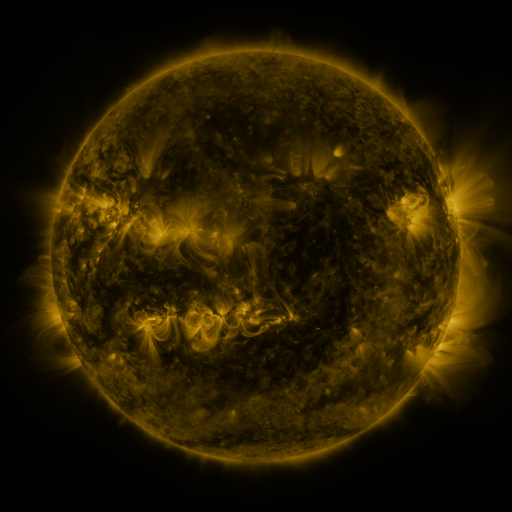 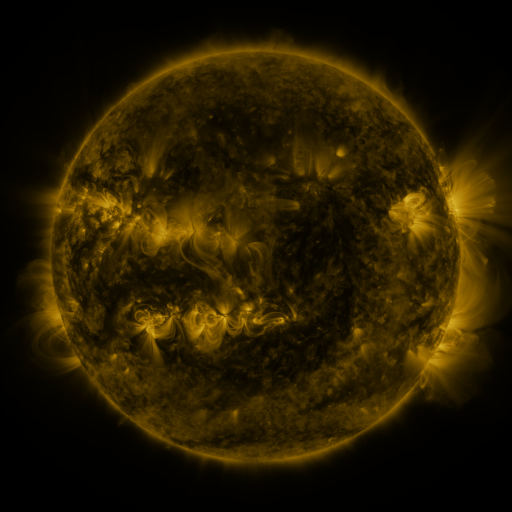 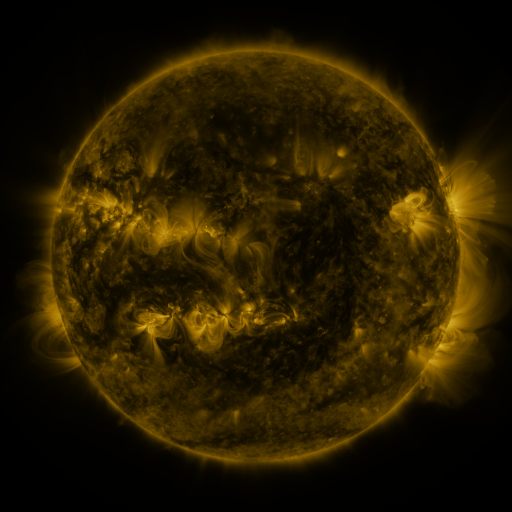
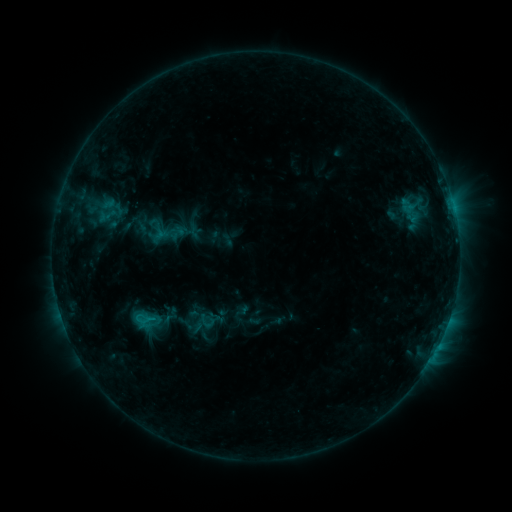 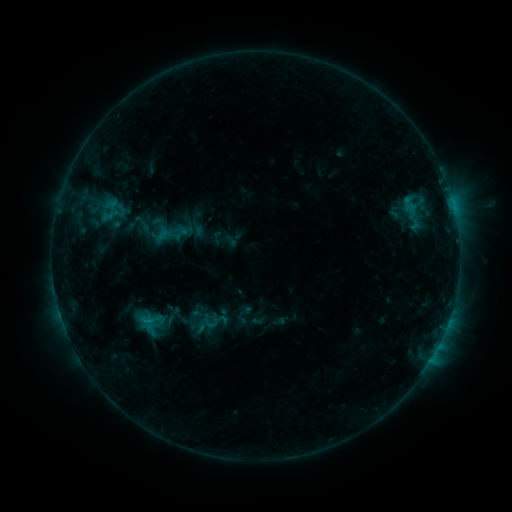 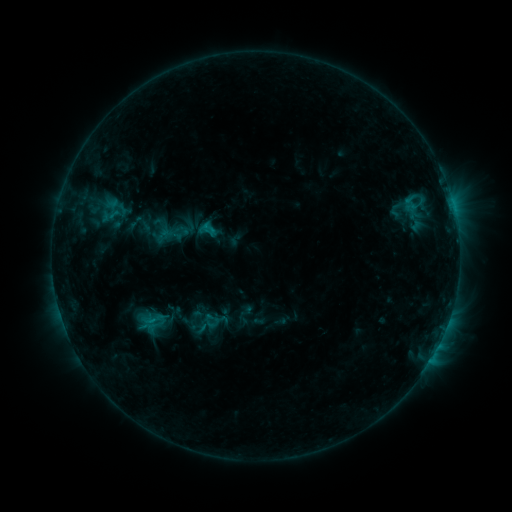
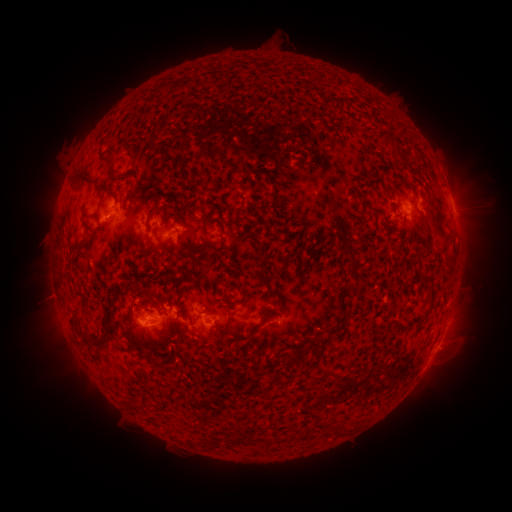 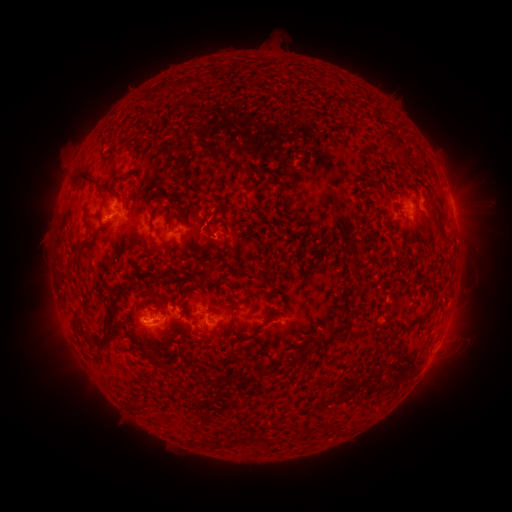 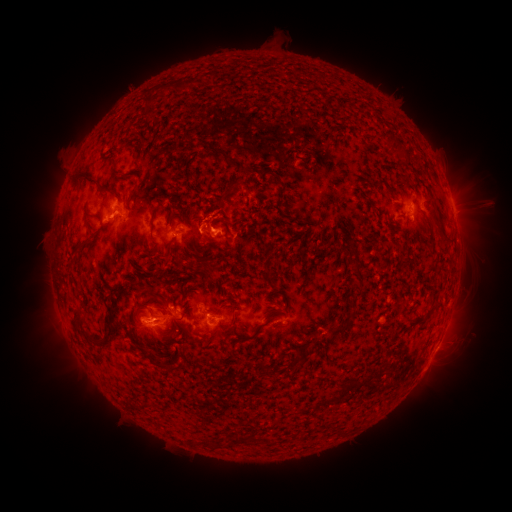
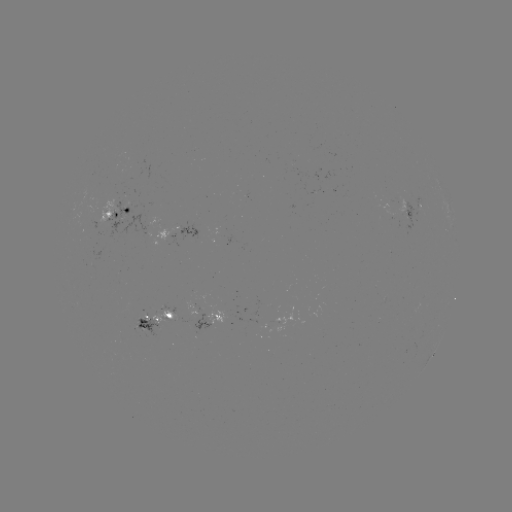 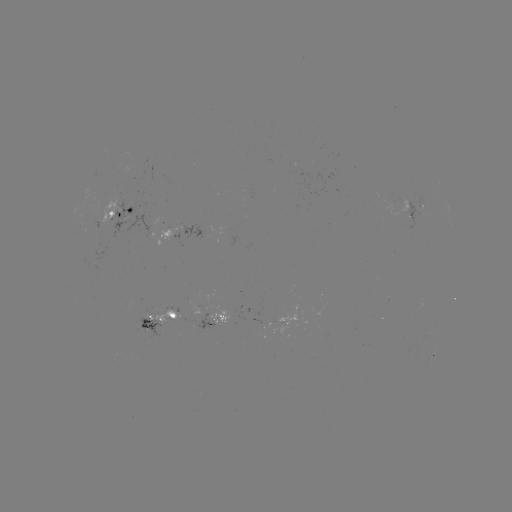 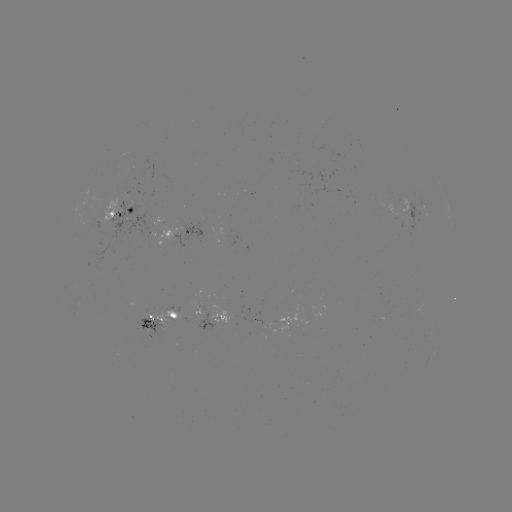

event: emerging-flux region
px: (167, 231)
